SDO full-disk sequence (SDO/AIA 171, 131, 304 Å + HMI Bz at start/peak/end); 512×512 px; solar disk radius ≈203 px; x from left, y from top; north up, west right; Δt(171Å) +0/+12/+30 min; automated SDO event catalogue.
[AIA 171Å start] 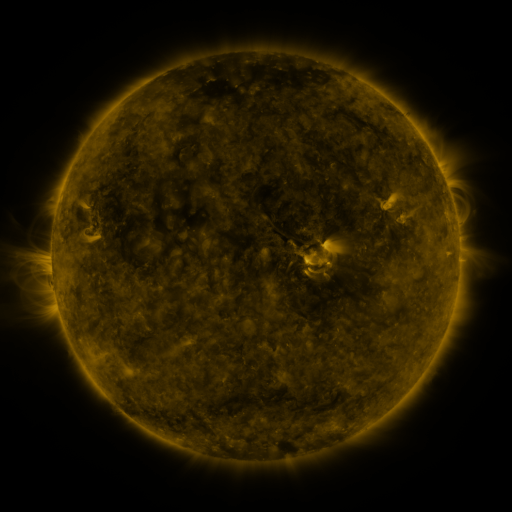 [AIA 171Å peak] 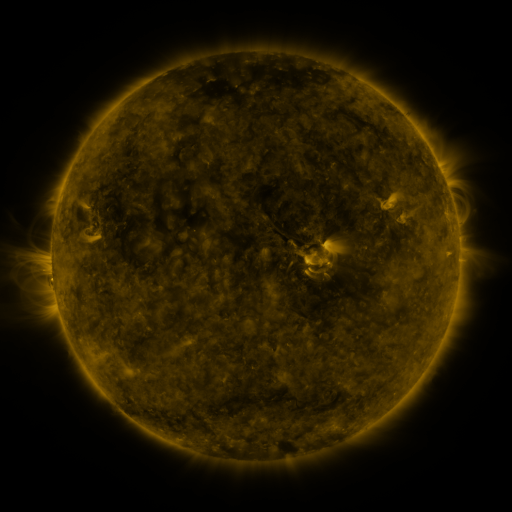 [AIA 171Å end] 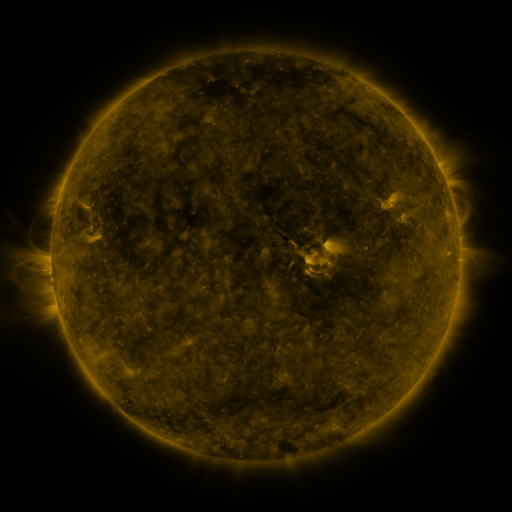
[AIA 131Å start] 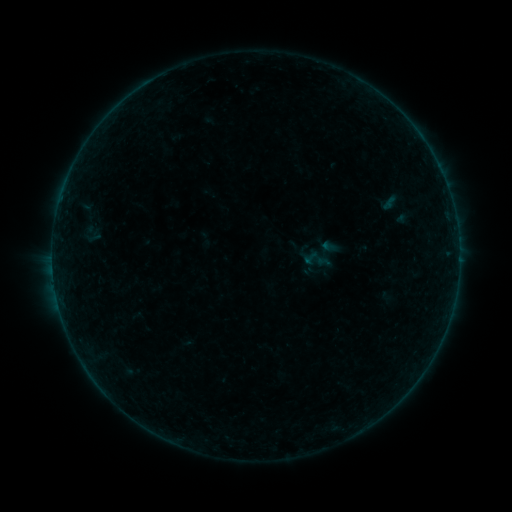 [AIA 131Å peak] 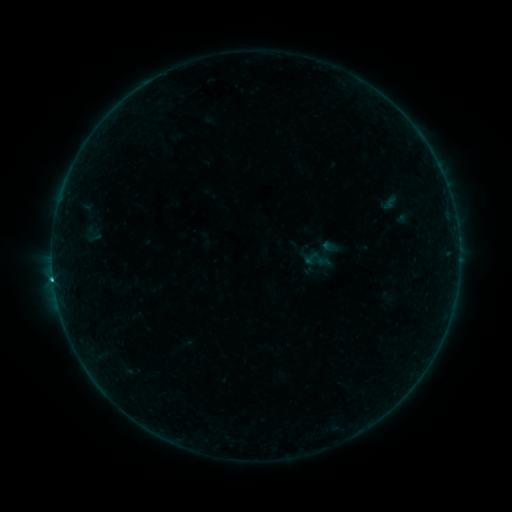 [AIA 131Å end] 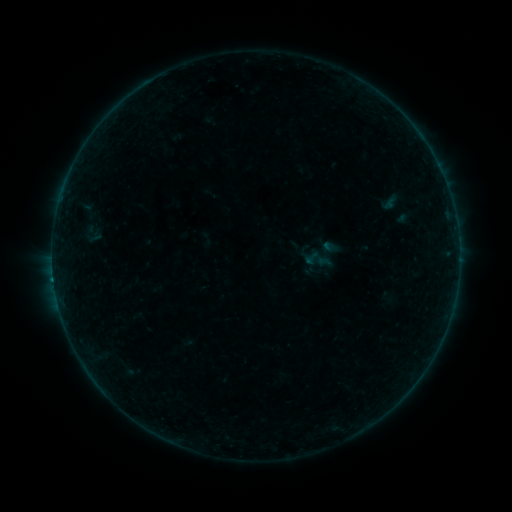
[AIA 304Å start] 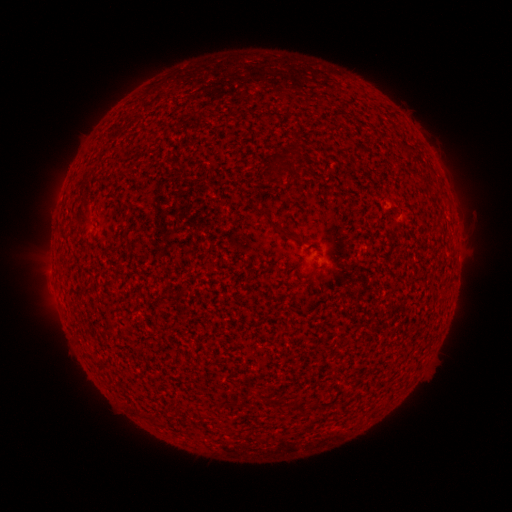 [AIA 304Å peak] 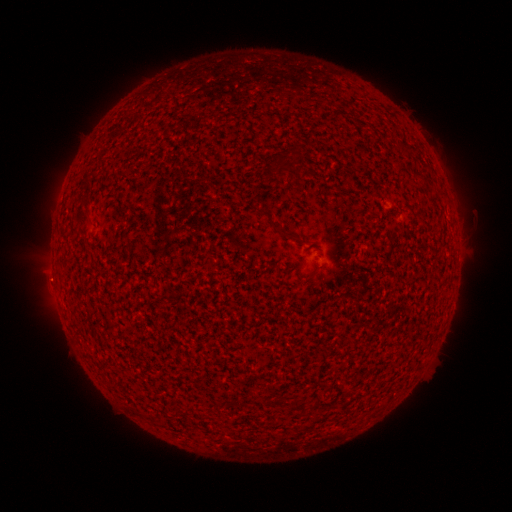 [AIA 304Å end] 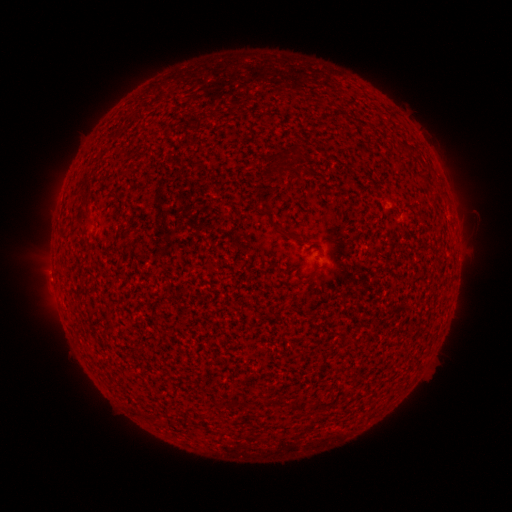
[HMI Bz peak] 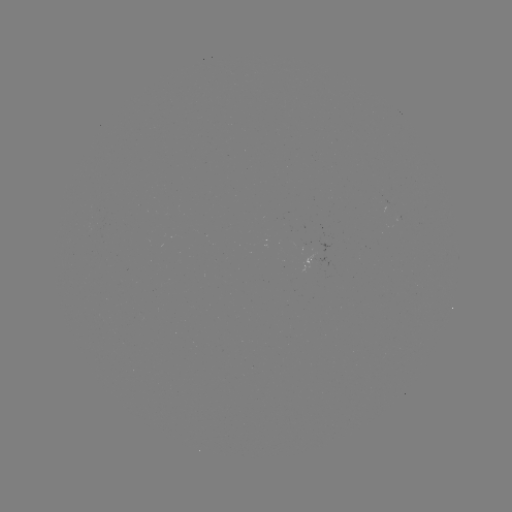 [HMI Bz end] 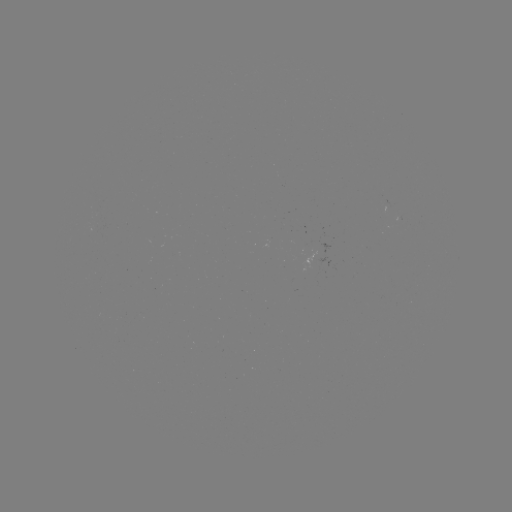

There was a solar flare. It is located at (53, 277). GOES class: B9.2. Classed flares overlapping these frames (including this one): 1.